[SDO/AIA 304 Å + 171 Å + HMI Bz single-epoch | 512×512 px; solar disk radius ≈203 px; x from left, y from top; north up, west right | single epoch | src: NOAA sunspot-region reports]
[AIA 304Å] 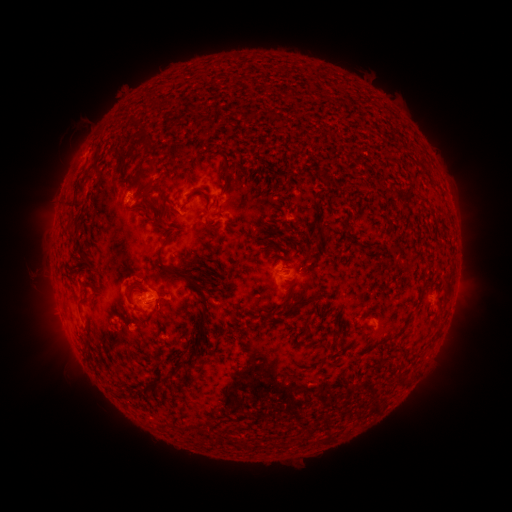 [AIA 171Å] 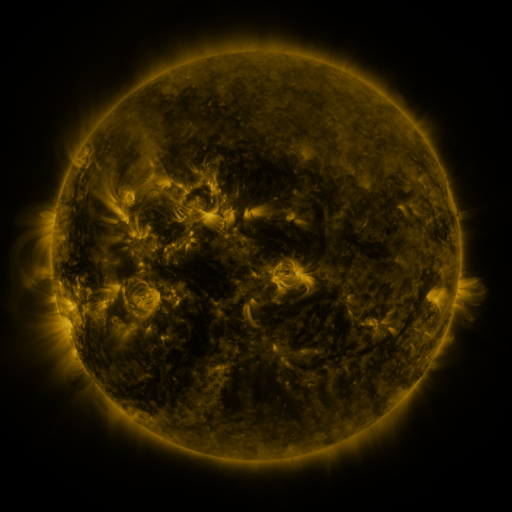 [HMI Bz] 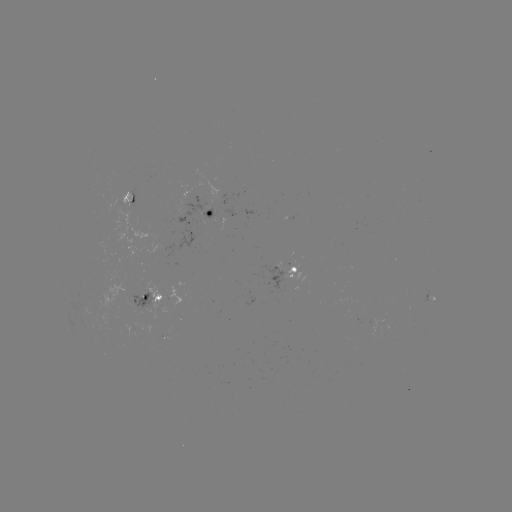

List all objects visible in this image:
spotted active region: (133, 196)
spotted active region: (211, 213)
spotted active region: (189, 237)
spotted active region: (298, 273)
spotted active region: (431, 298)
spotted active region: (153, 301)
spotted active region: (386, 325)
